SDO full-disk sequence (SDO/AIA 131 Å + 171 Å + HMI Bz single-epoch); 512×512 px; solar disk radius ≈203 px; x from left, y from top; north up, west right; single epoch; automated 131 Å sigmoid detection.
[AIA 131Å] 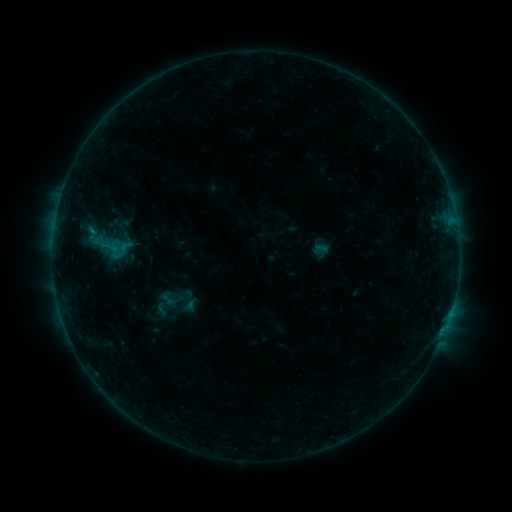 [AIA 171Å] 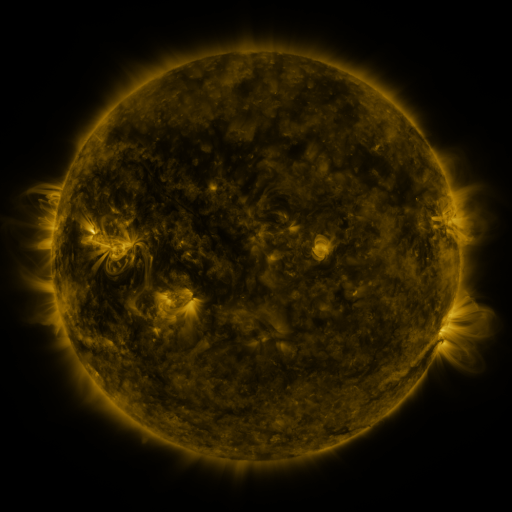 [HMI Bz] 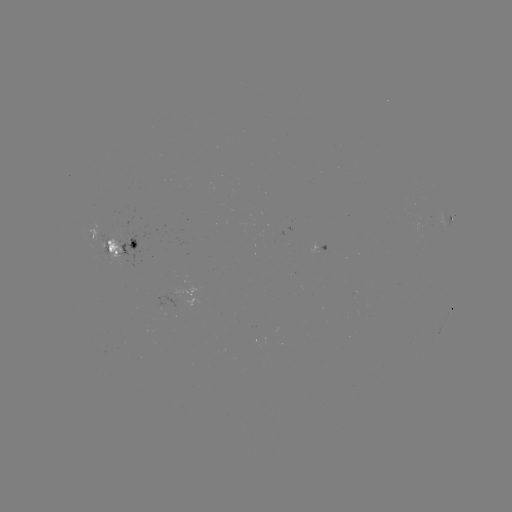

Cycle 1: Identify sigmoid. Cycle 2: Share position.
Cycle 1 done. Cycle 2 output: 108,247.